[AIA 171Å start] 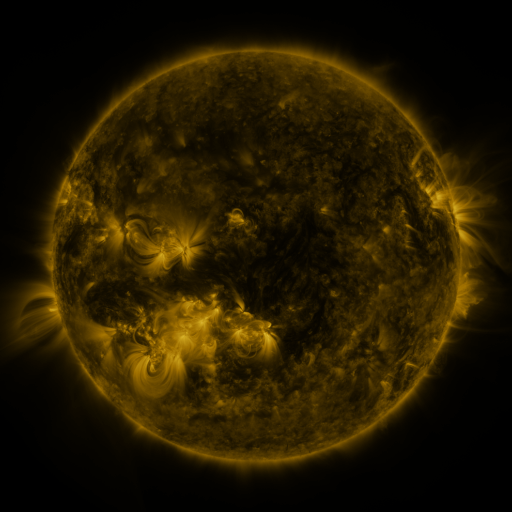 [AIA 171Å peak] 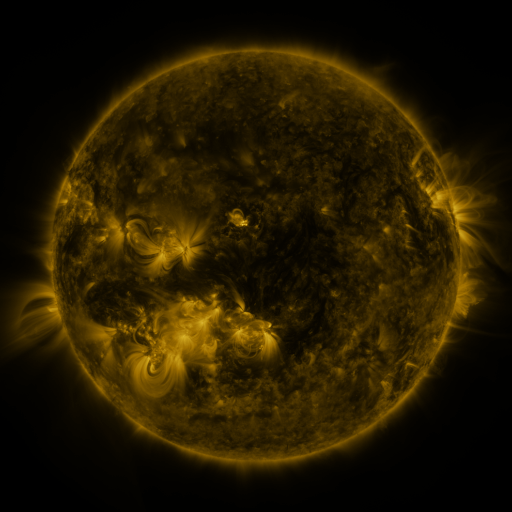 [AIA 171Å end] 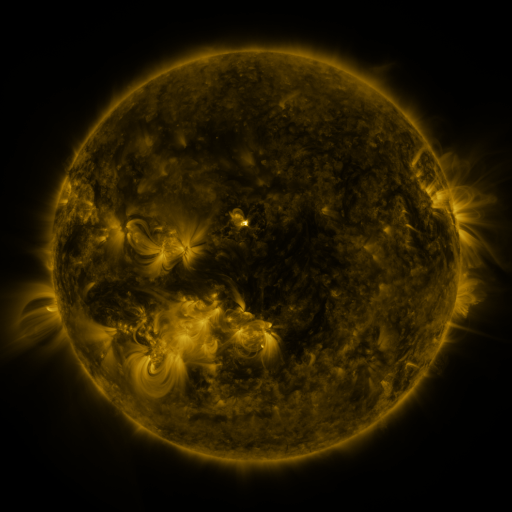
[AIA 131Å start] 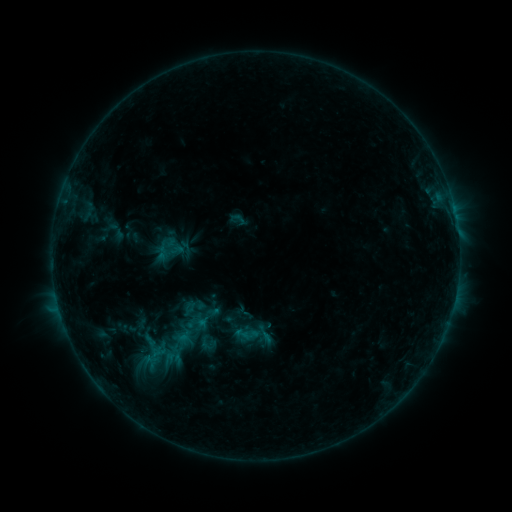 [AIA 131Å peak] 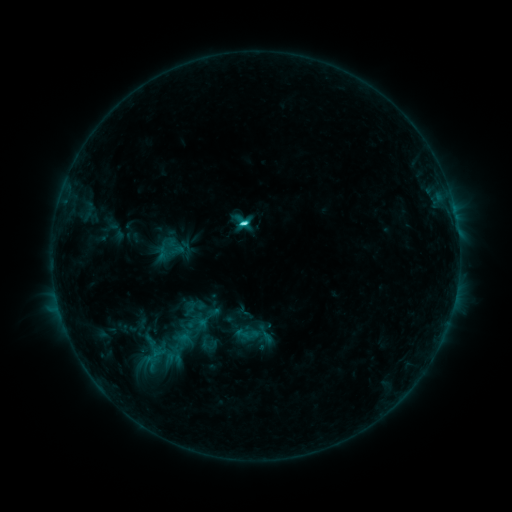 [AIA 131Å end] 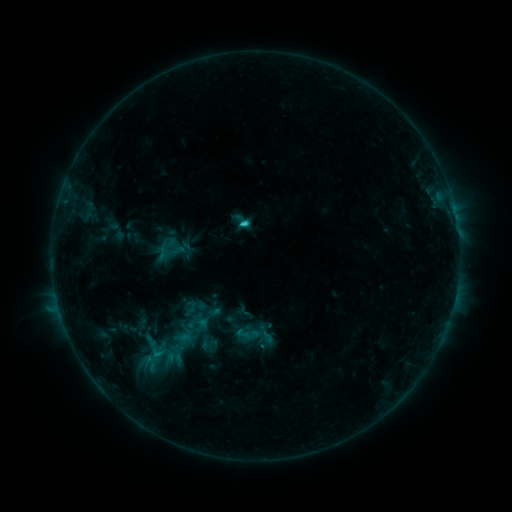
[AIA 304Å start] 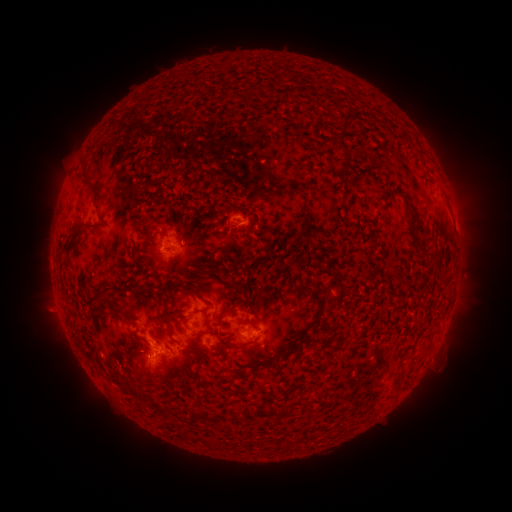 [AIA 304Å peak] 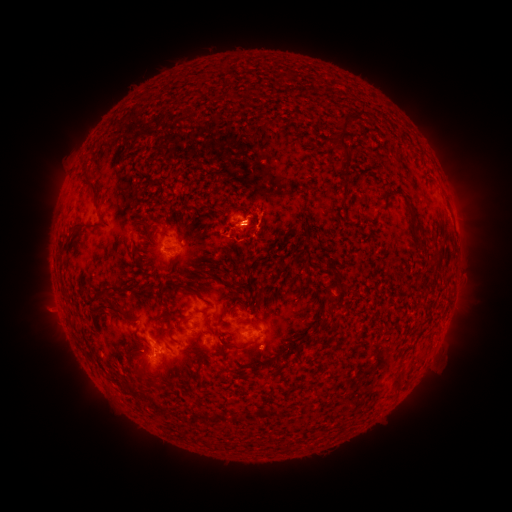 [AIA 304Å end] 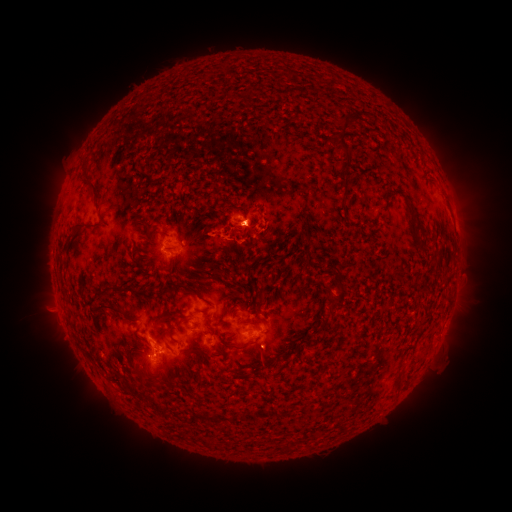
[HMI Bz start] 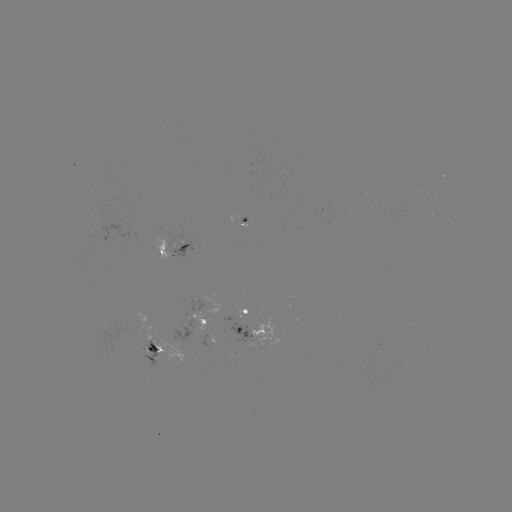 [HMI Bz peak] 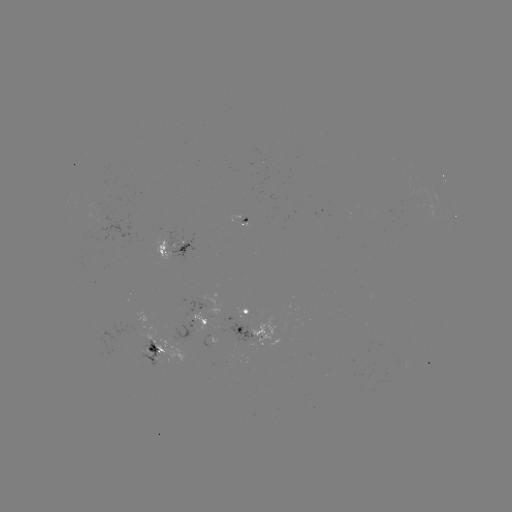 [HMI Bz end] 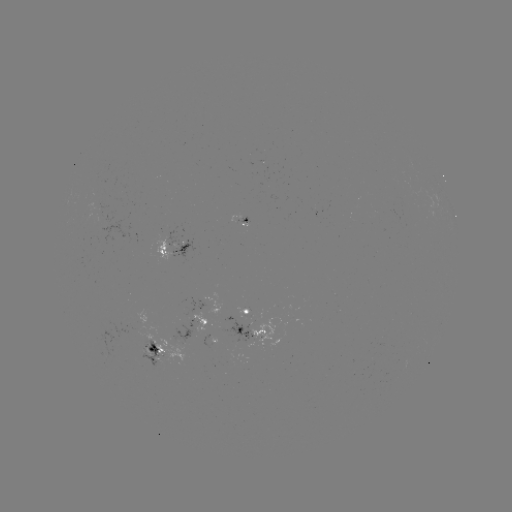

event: flare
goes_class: C2.3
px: (245, 225)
